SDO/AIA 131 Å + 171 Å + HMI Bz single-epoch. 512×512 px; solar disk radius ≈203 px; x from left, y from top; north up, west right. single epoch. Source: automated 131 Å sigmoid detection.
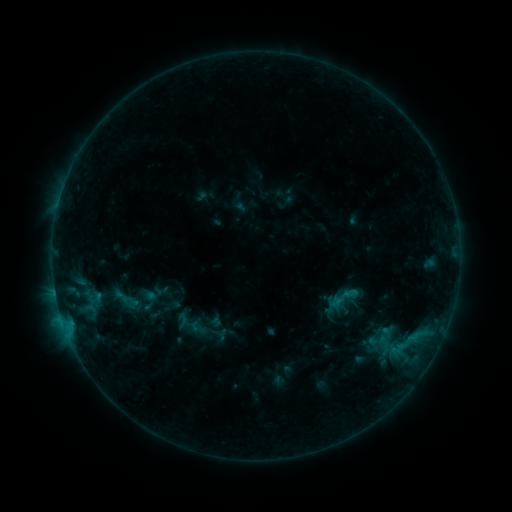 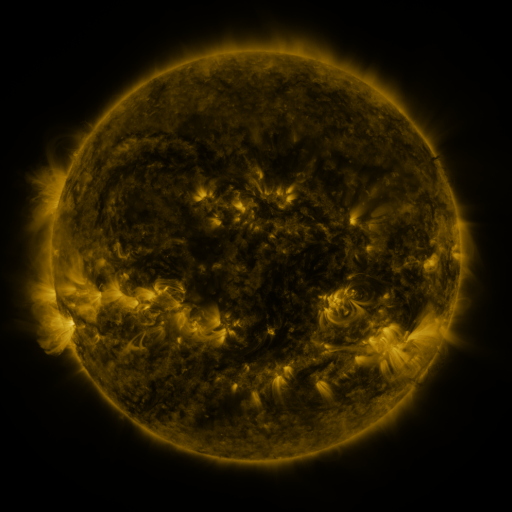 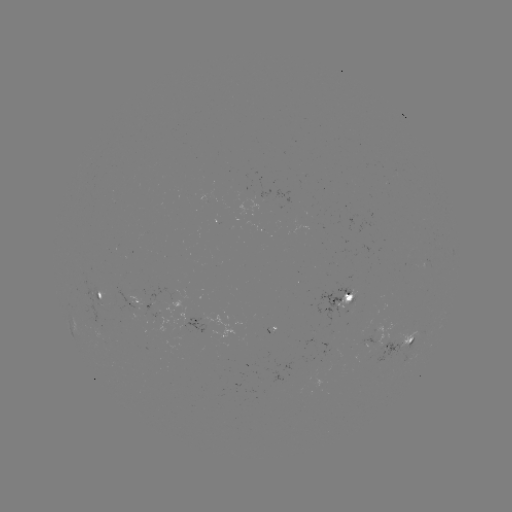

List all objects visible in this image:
sigmoid: [330, 278, 365, 314]
